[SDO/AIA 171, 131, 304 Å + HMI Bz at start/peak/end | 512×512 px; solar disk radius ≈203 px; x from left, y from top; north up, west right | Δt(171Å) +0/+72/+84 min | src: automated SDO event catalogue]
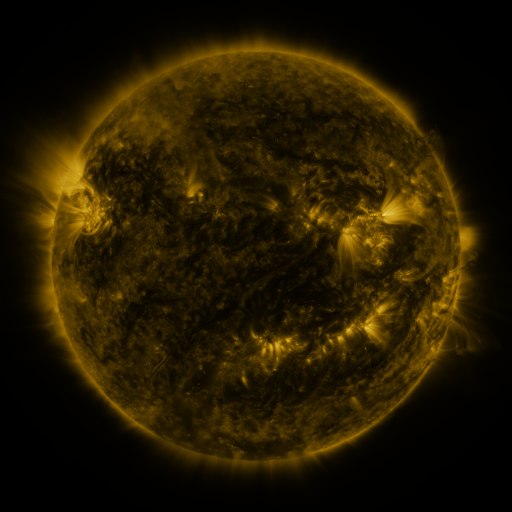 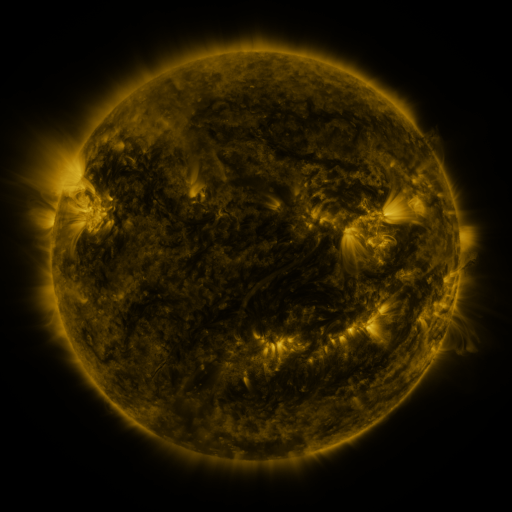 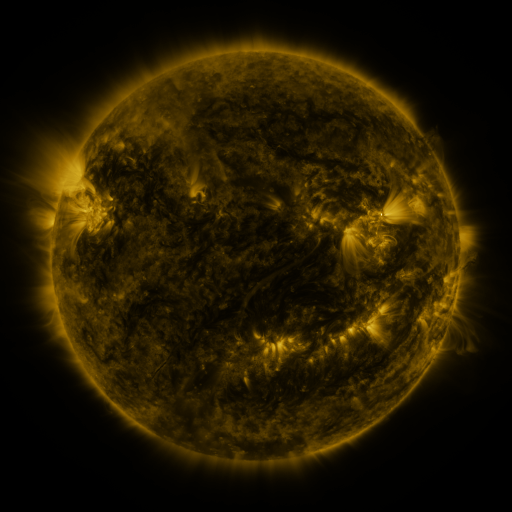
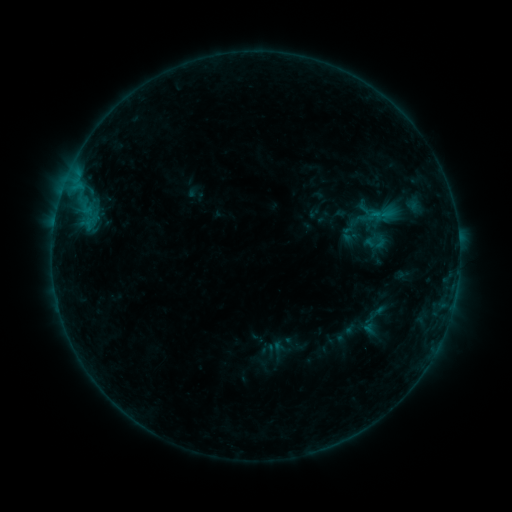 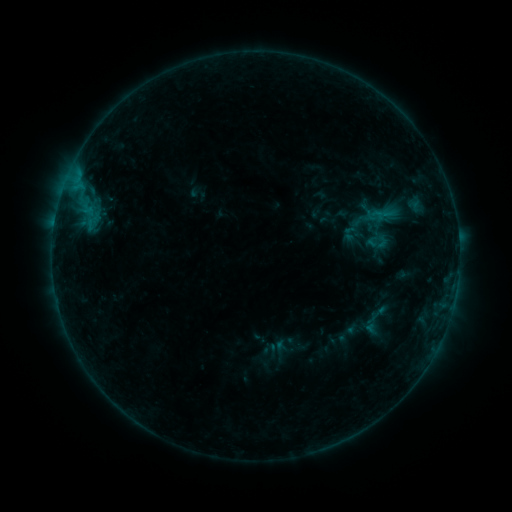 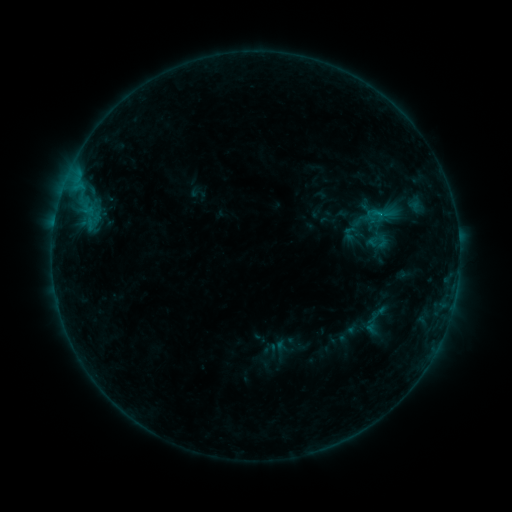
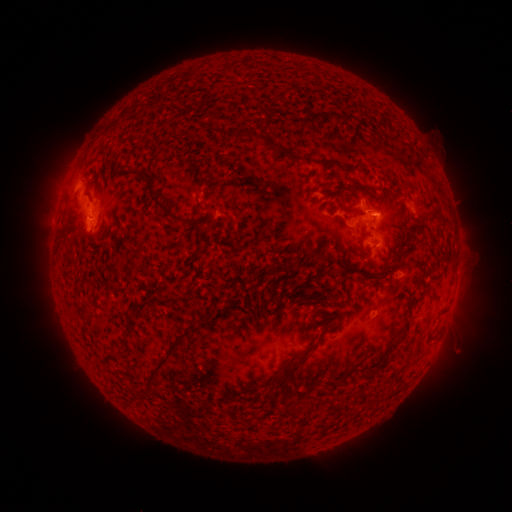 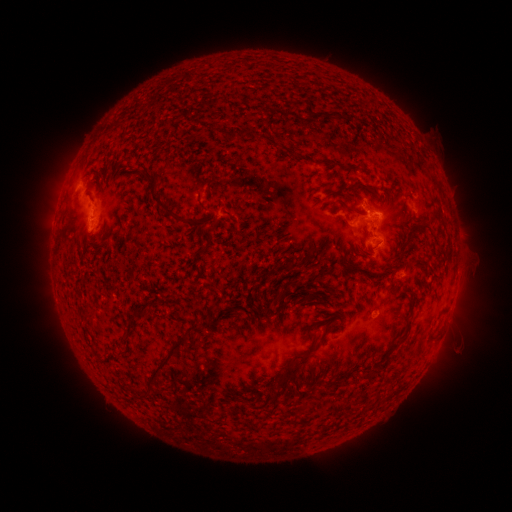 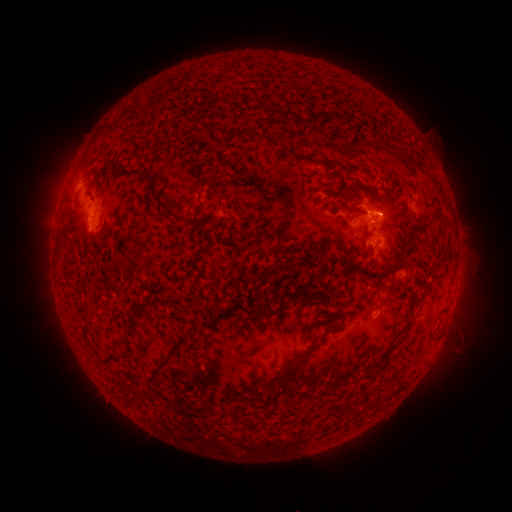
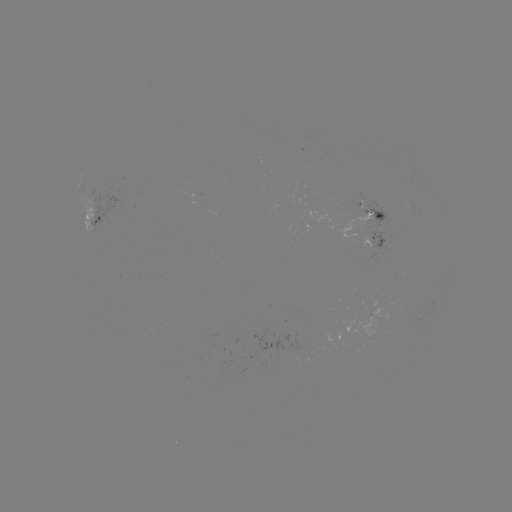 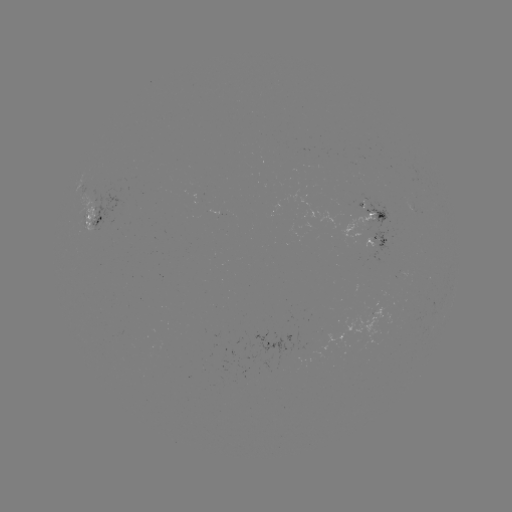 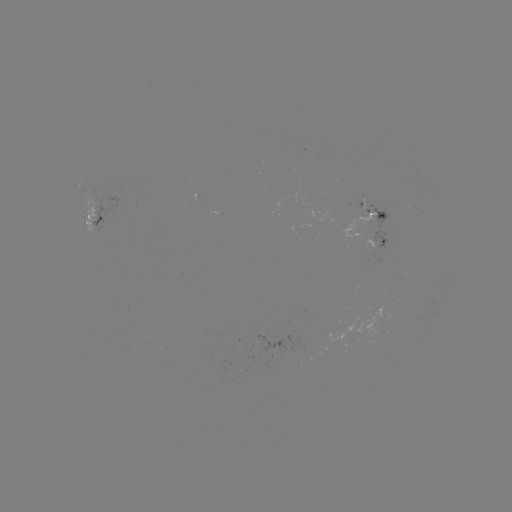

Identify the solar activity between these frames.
emerging-flux region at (92, 208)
